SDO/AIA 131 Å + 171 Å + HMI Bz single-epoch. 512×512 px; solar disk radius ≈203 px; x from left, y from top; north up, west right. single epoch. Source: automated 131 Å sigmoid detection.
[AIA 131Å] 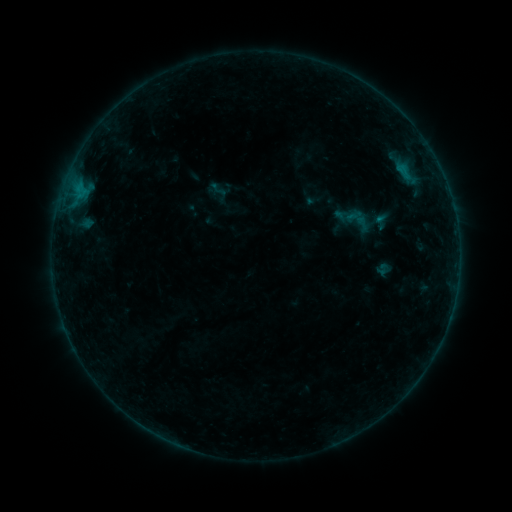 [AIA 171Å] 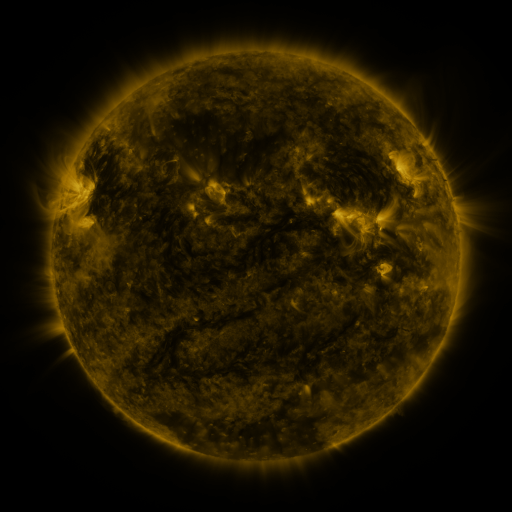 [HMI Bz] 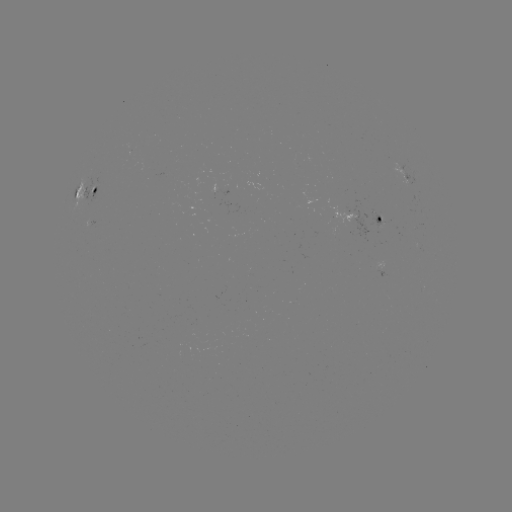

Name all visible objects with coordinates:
sigmoid: (219, 190)
sigmoid: (355, 219)
